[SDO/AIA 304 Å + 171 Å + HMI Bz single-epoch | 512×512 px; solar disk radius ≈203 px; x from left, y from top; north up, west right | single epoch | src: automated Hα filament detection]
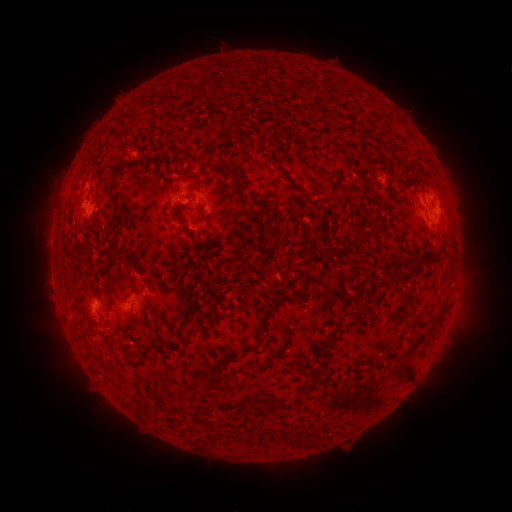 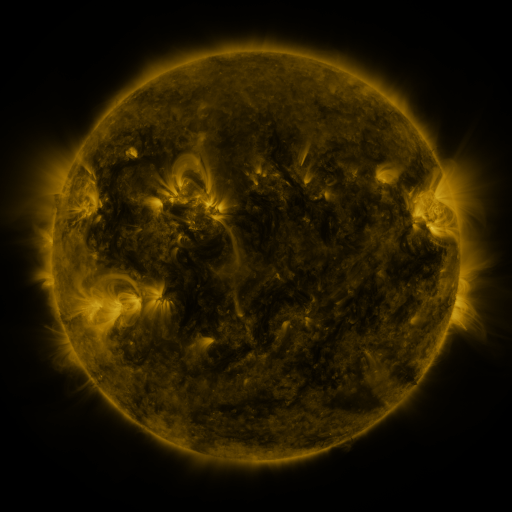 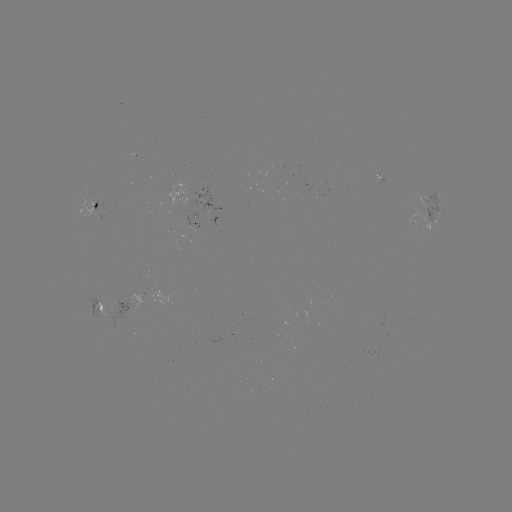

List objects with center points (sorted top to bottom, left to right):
filament: (261, 202)
filament: (106, 301)
filament: (358, 318)
filament: (261, 325)
filament: (417, 343)
filament: (154, 344)
filament: (328, 346)
filament: (143, 354)
filament: (229, 357)
filament: (408, 371)
filament: (310, 386)
filament: (282, 402)
filament: (263, 405)
